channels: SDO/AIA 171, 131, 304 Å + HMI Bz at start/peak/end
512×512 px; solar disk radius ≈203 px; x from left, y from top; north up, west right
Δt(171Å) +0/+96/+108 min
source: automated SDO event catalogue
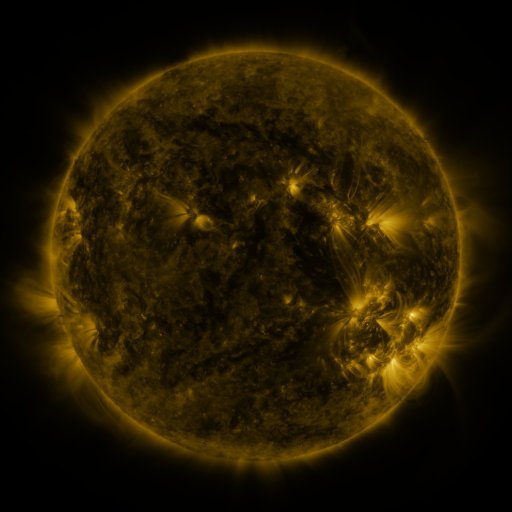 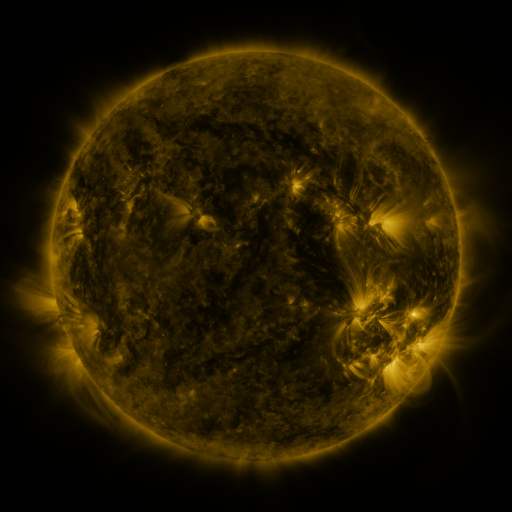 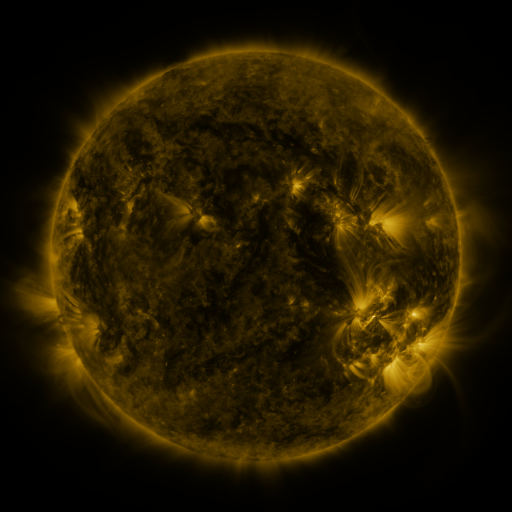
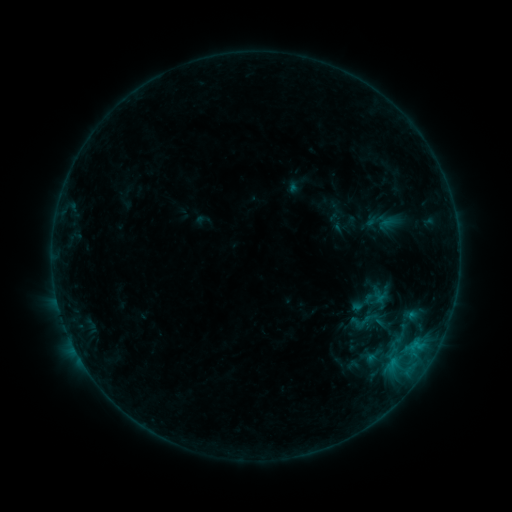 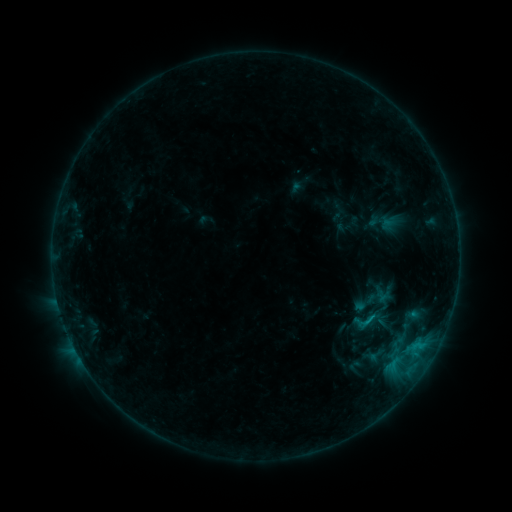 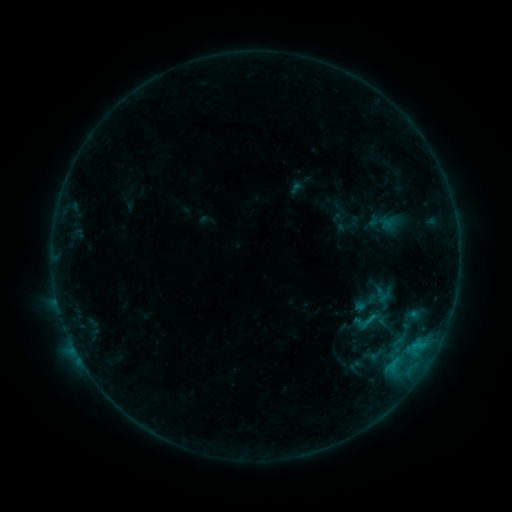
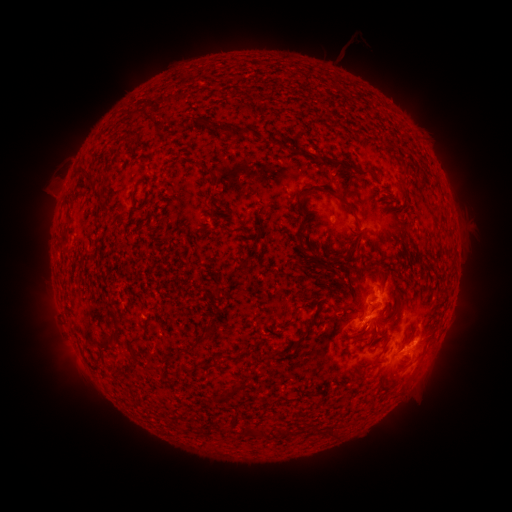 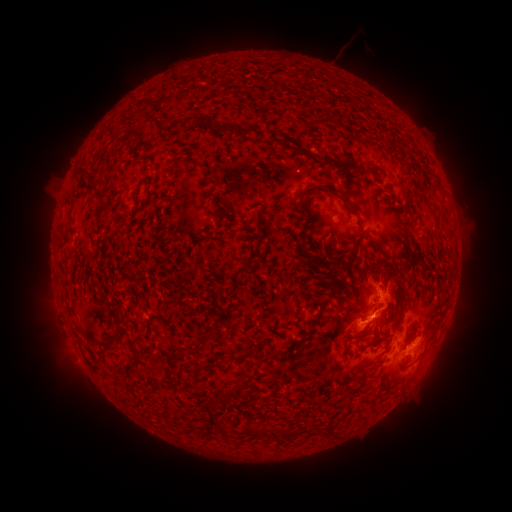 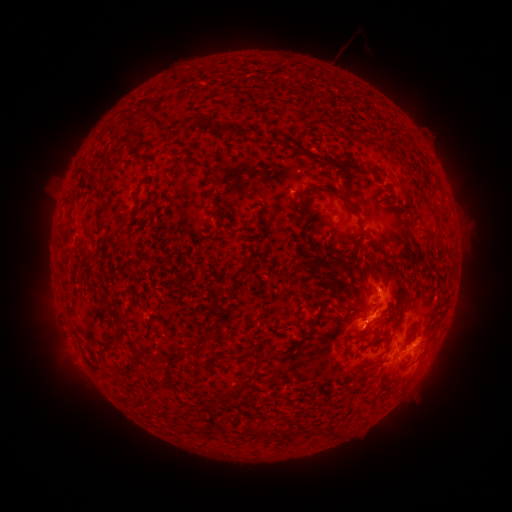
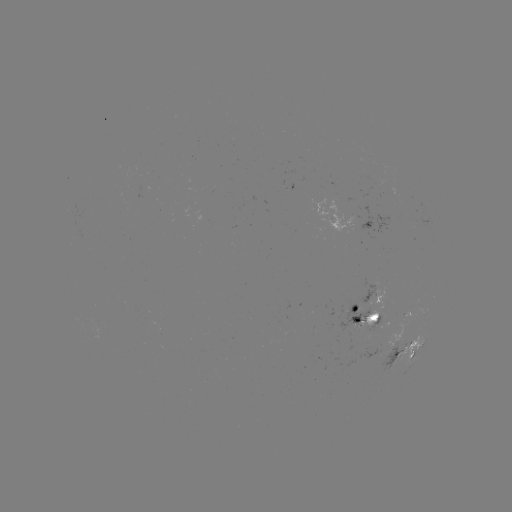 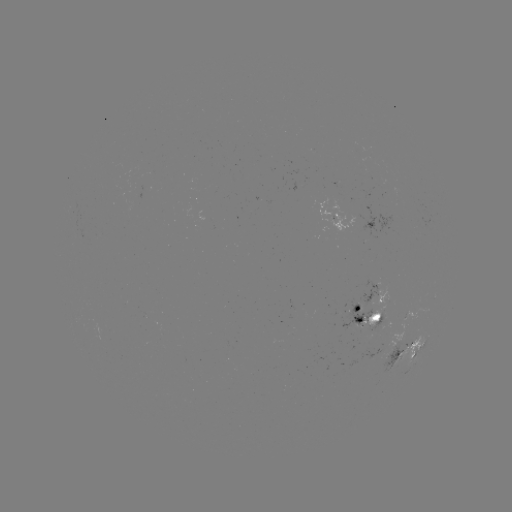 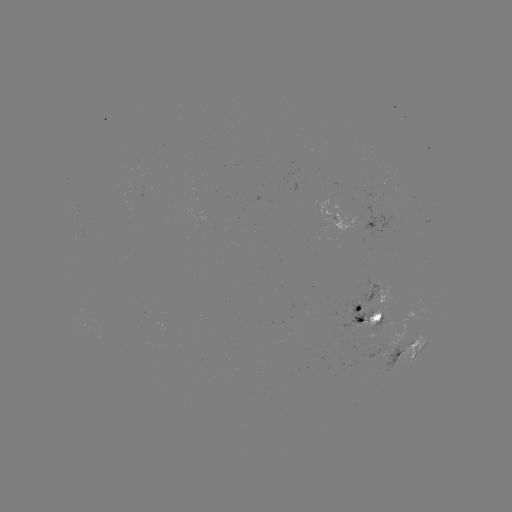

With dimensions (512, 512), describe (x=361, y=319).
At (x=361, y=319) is emerging-flux region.